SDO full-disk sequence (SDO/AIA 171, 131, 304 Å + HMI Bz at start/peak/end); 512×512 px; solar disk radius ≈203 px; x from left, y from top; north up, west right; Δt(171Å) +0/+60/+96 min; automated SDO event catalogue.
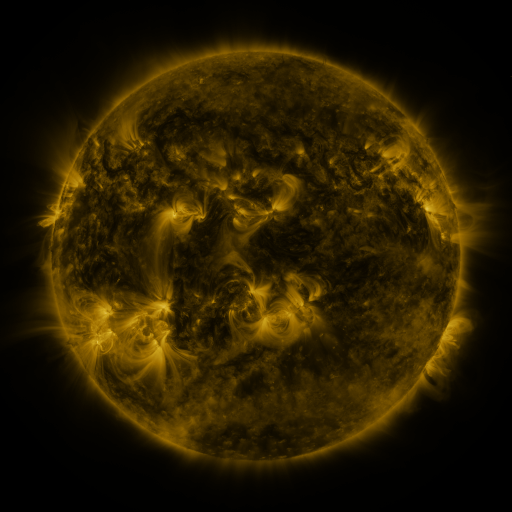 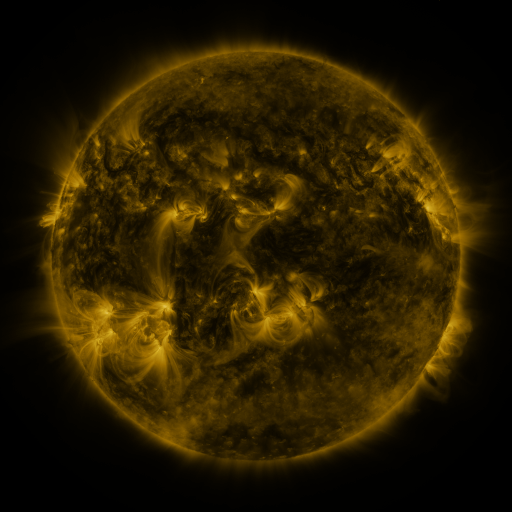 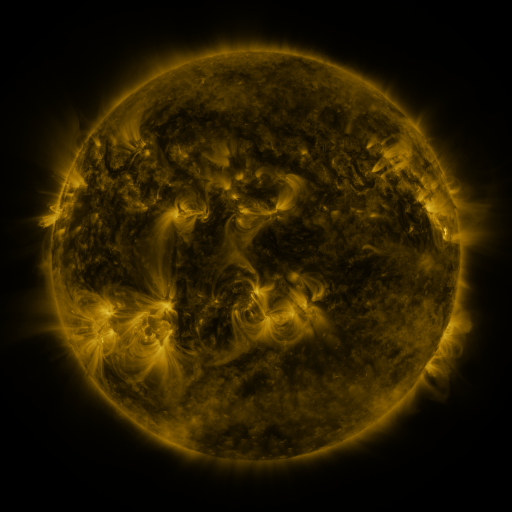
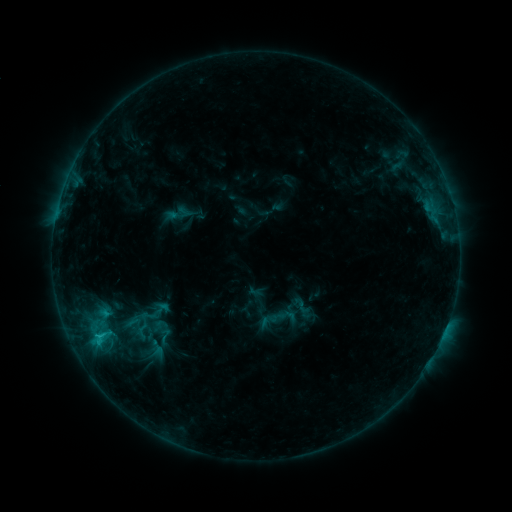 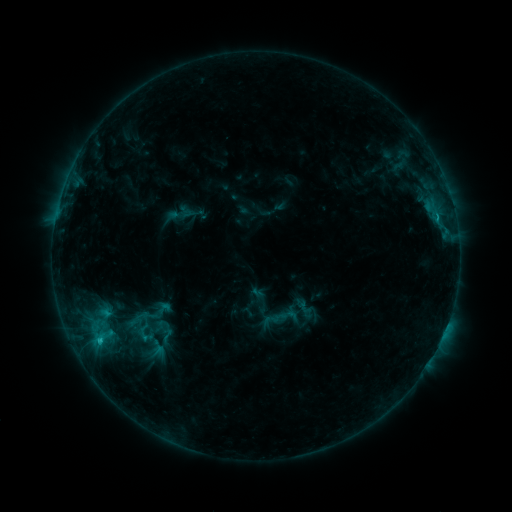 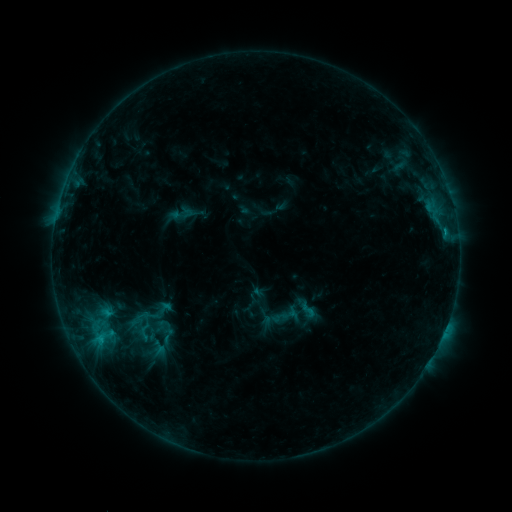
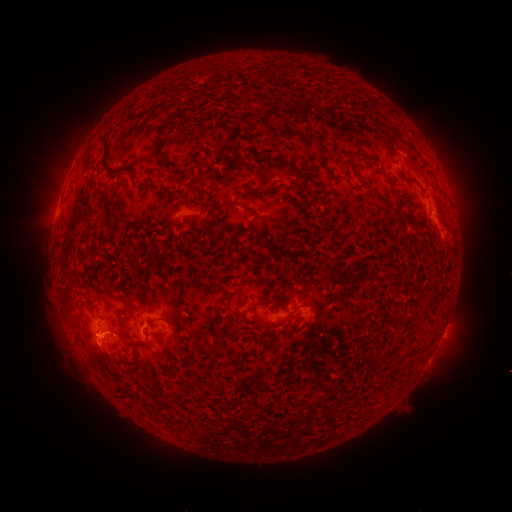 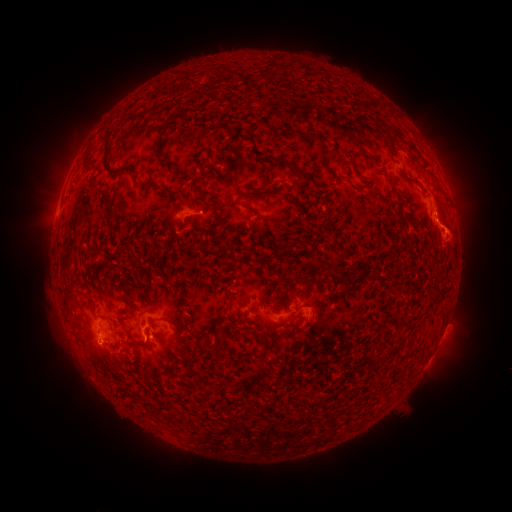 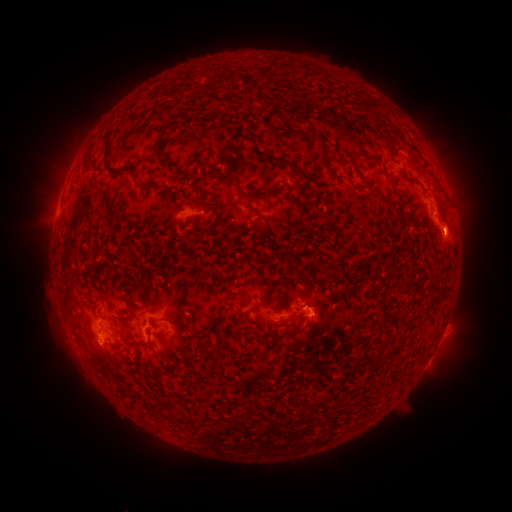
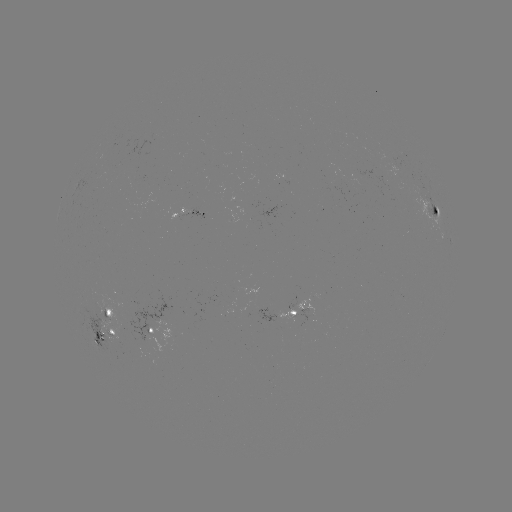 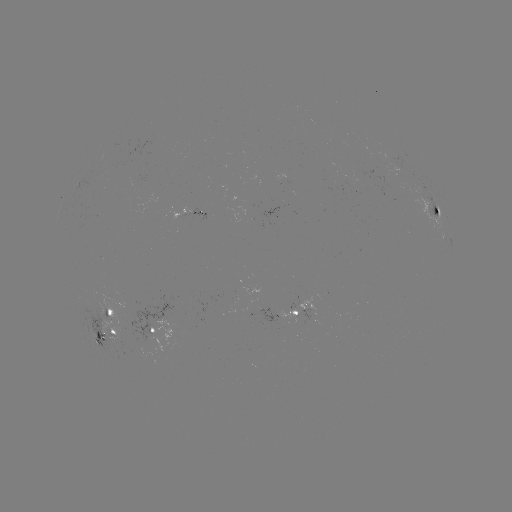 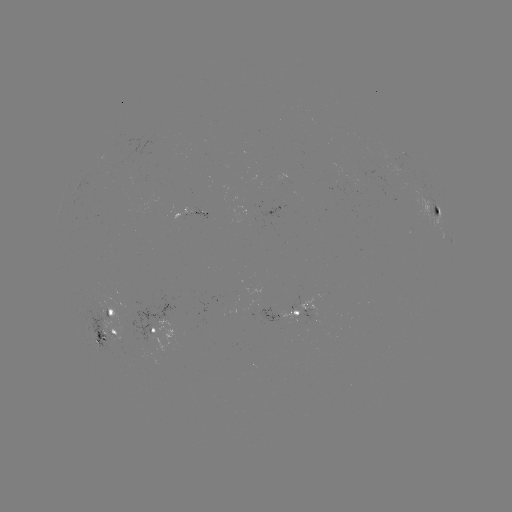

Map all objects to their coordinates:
emerging-flux region: (394, 163)
